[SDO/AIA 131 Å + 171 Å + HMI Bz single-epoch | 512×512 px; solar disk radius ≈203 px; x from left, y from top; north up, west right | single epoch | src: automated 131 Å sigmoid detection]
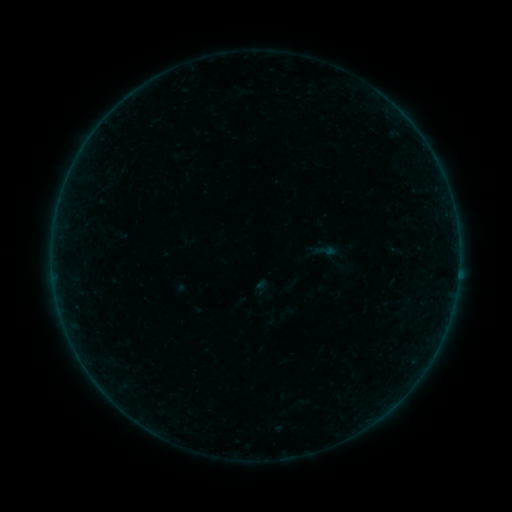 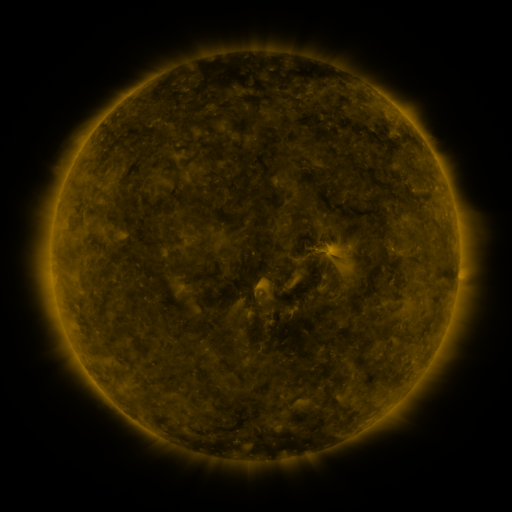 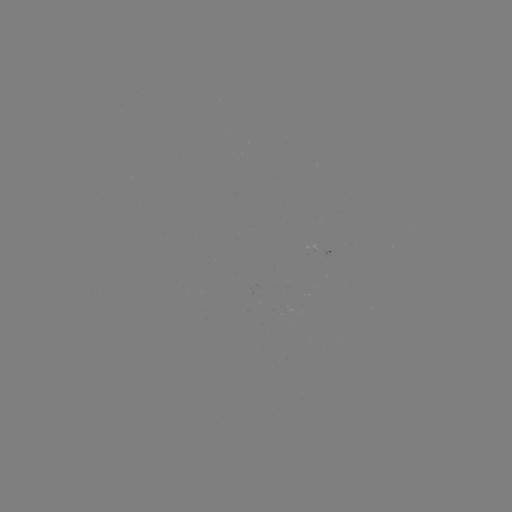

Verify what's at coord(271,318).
sigmoid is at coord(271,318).